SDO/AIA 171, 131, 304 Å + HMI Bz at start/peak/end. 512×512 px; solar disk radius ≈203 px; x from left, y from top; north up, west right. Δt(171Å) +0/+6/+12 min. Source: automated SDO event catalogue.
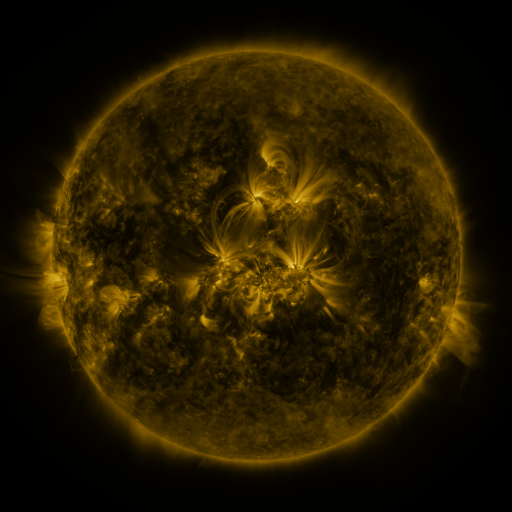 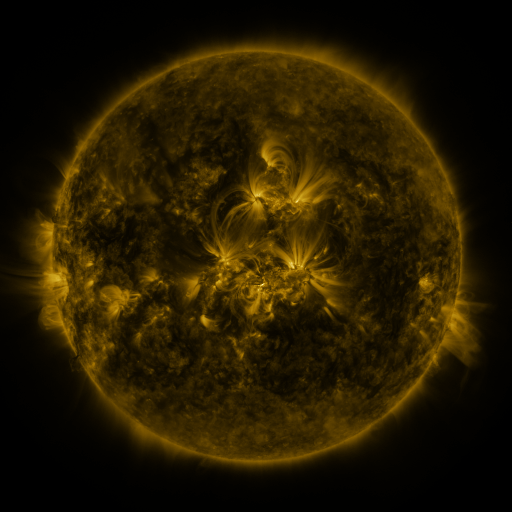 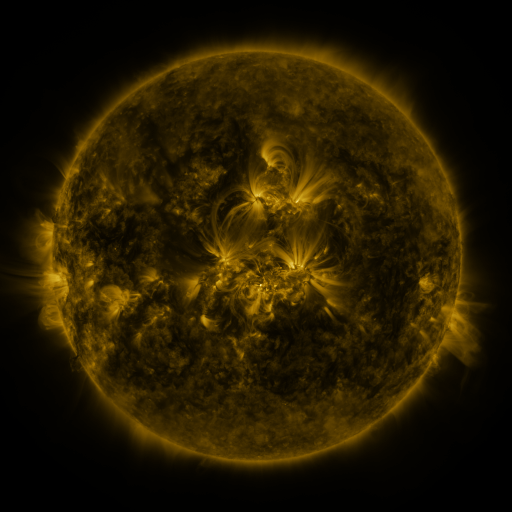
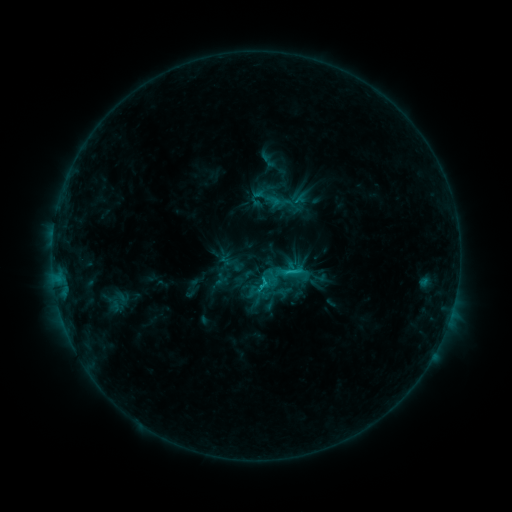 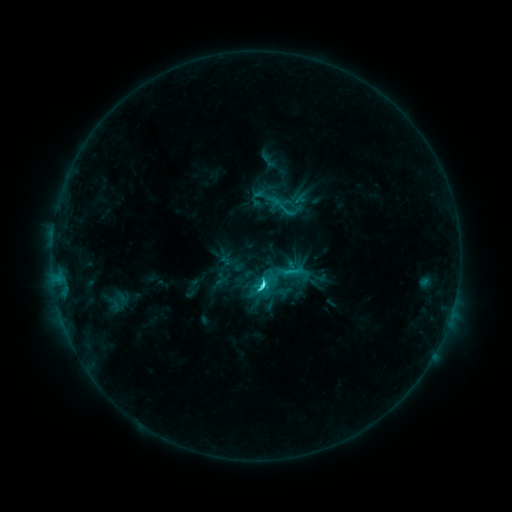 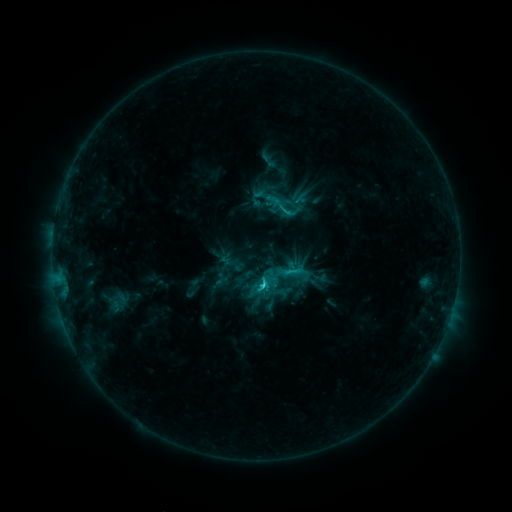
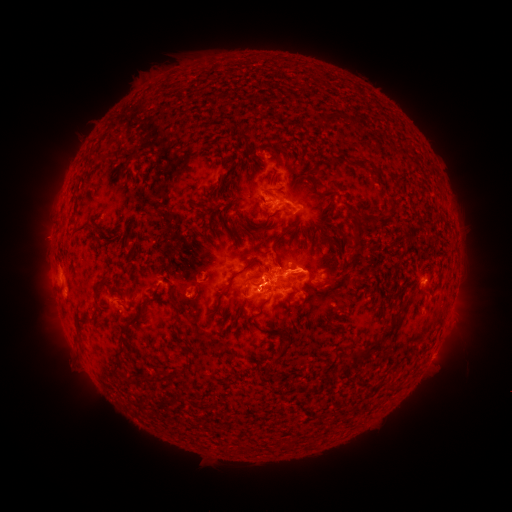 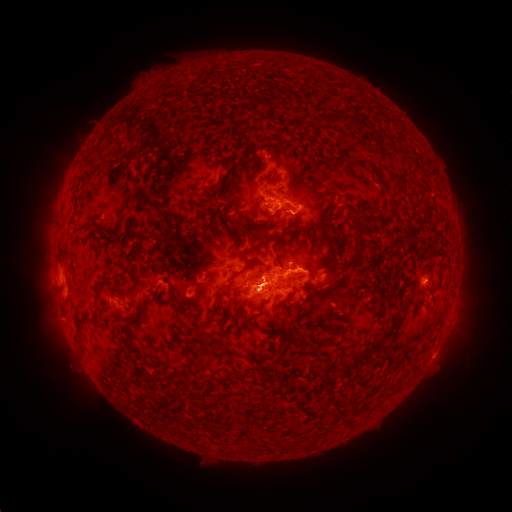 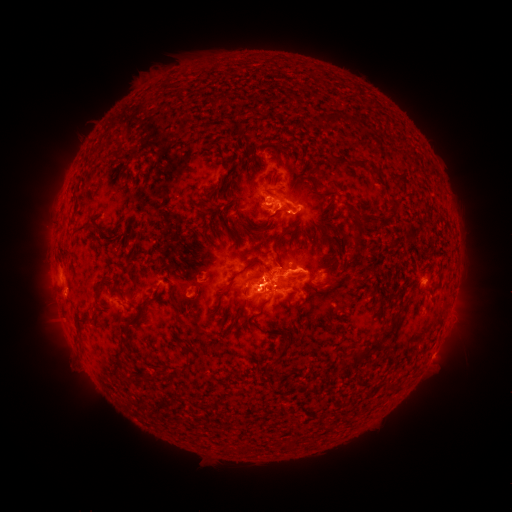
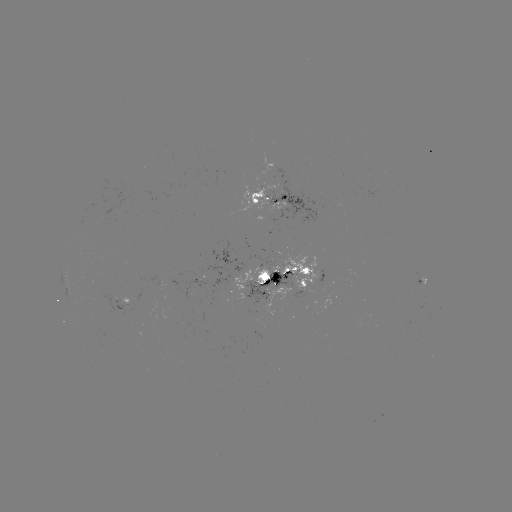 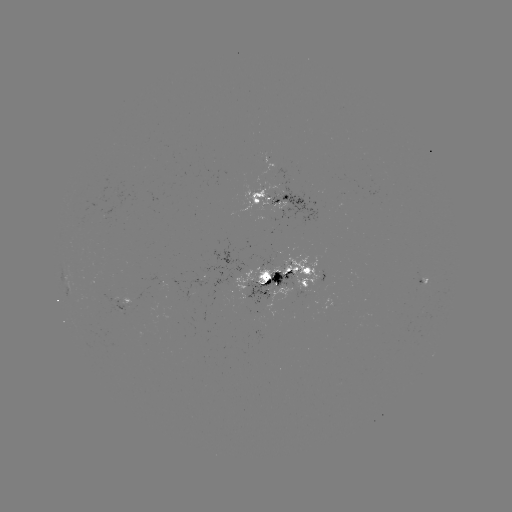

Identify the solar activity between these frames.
C4.5 flare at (259, 287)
